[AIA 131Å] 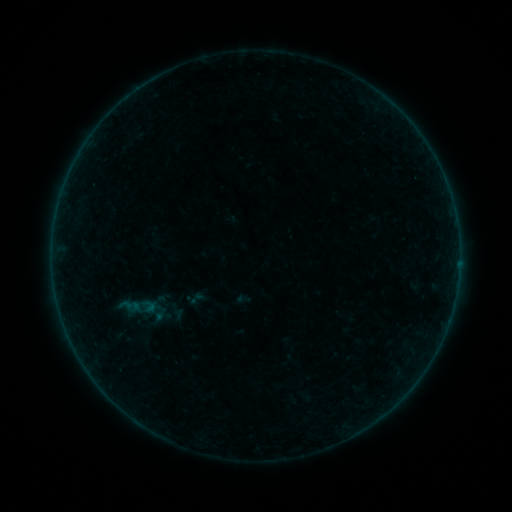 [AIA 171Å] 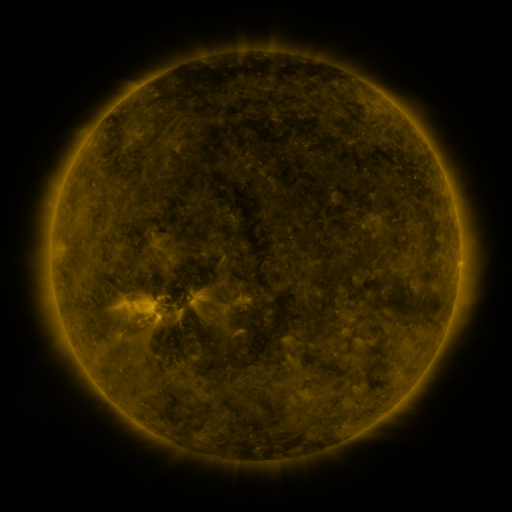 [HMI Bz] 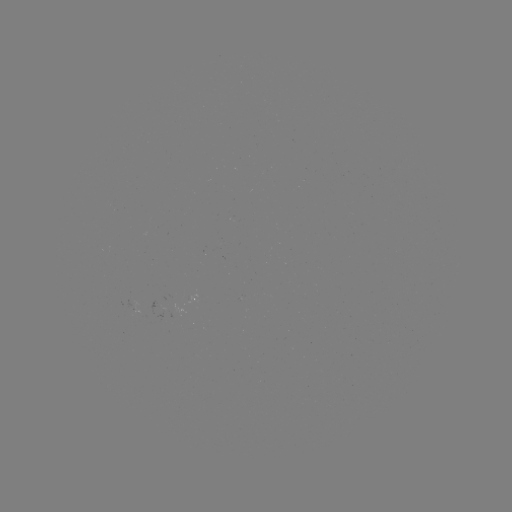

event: sigmoid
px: (142, 310)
